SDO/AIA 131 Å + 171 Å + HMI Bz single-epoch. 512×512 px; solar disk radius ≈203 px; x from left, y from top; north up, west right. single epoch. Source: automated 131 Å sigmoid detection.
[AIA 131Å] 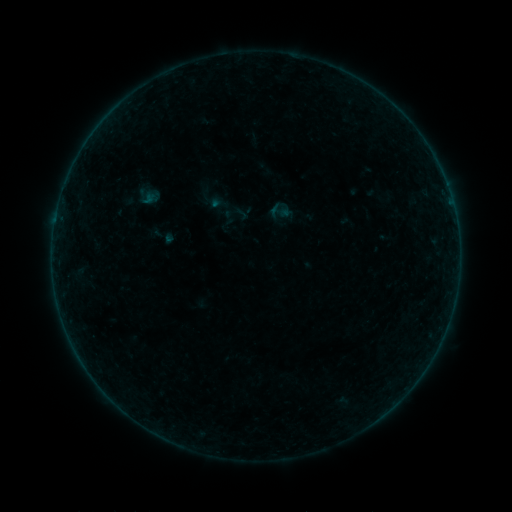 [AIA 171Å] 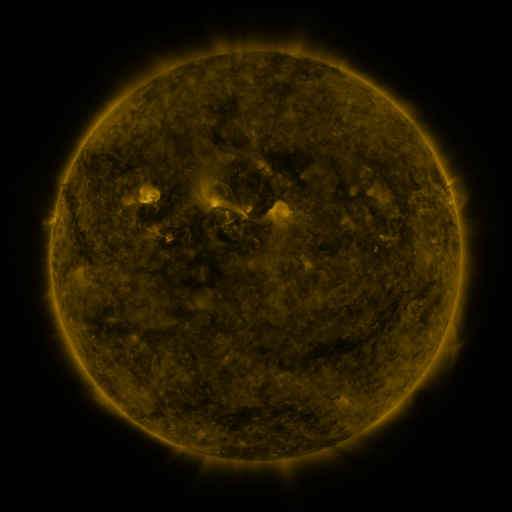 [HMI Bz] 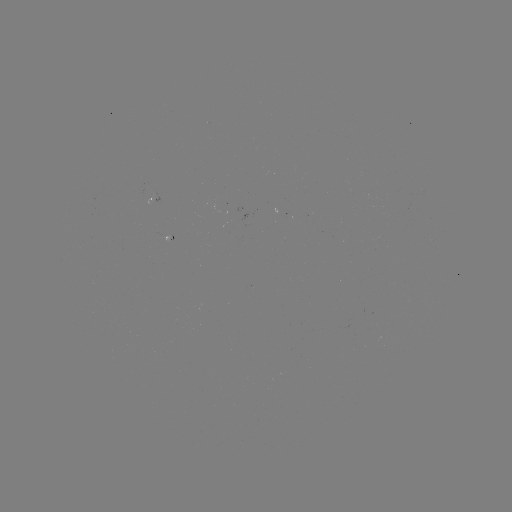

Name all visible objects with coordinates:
sigmoid: (280, 211)
sigmoid: (241, 214)
